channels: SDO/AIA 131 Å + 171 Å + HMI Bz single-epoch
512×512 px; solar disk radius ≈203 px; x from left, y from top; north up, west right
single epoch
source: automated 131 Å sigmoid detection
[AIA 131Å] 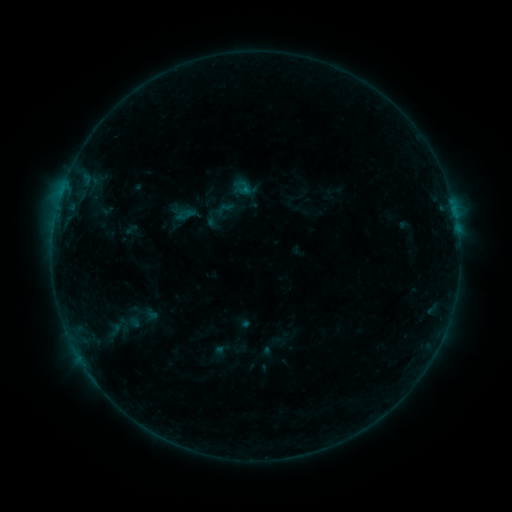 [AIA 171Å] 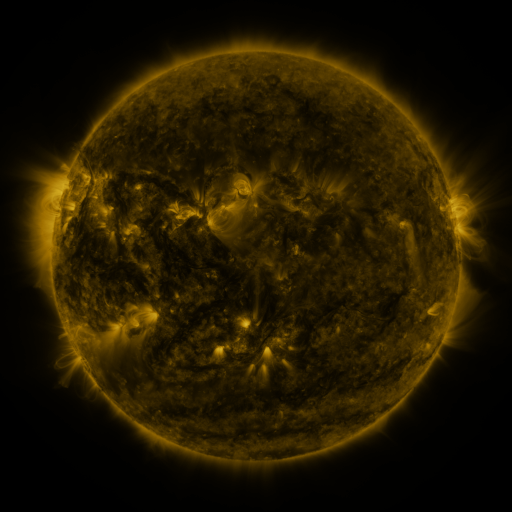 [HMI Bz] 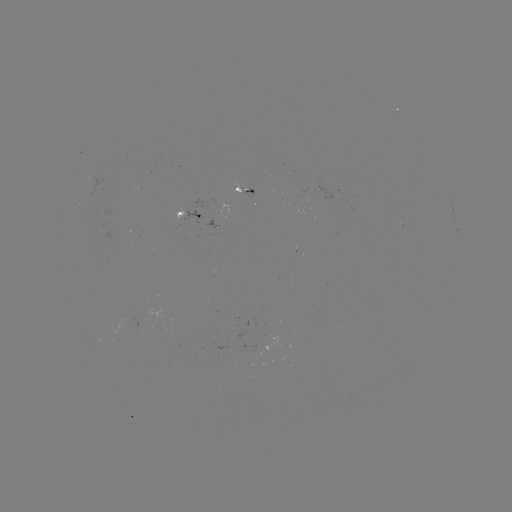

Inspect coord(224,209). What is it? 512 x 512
sigmoid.